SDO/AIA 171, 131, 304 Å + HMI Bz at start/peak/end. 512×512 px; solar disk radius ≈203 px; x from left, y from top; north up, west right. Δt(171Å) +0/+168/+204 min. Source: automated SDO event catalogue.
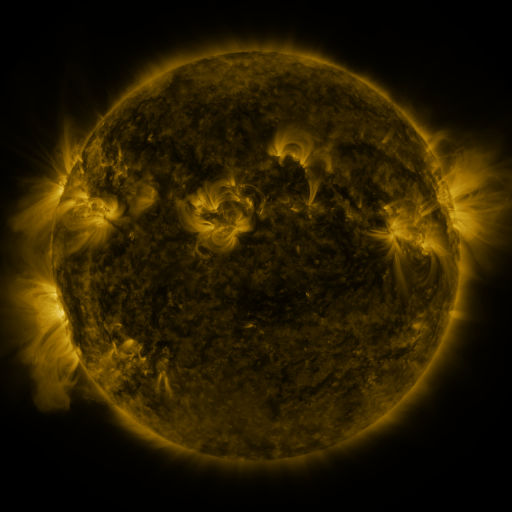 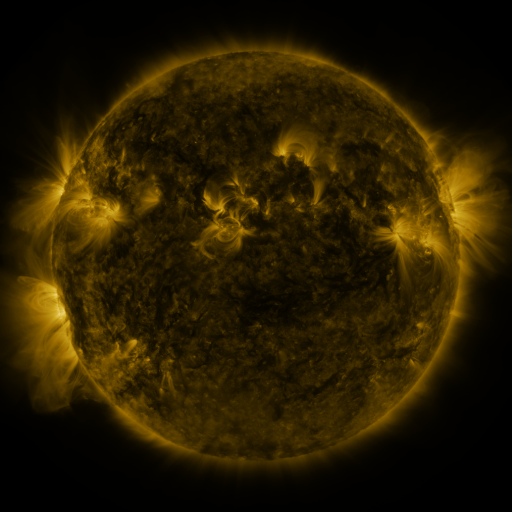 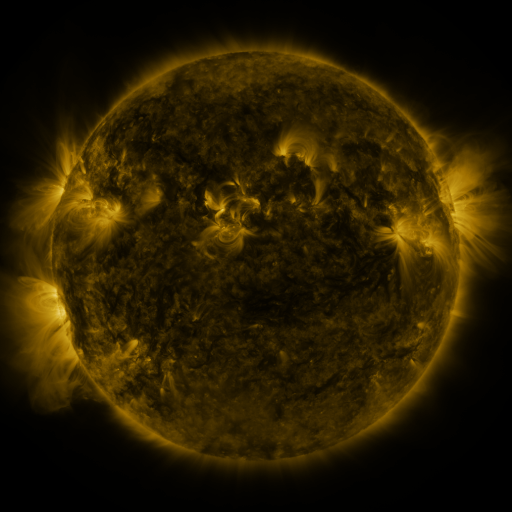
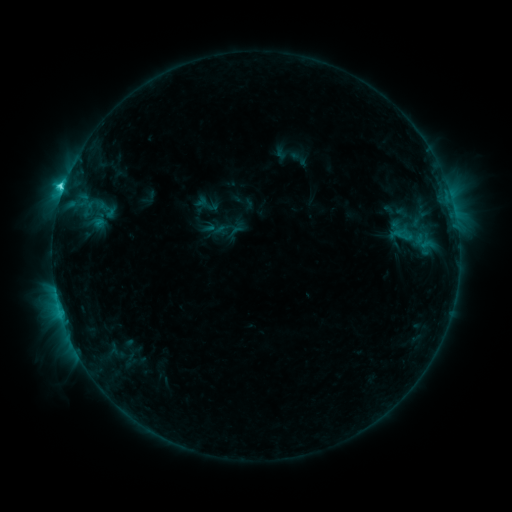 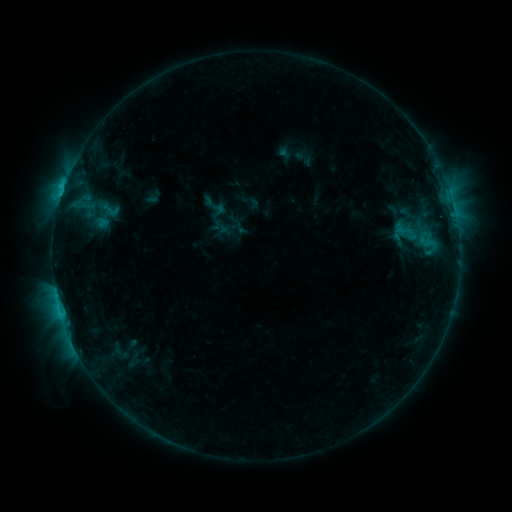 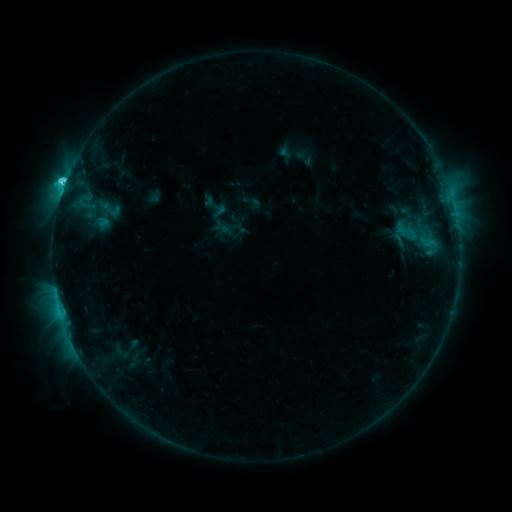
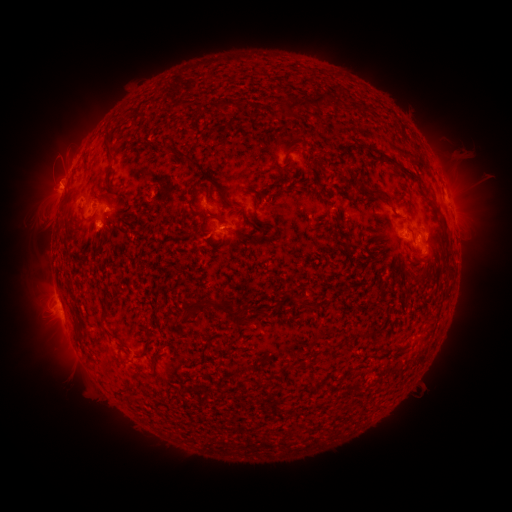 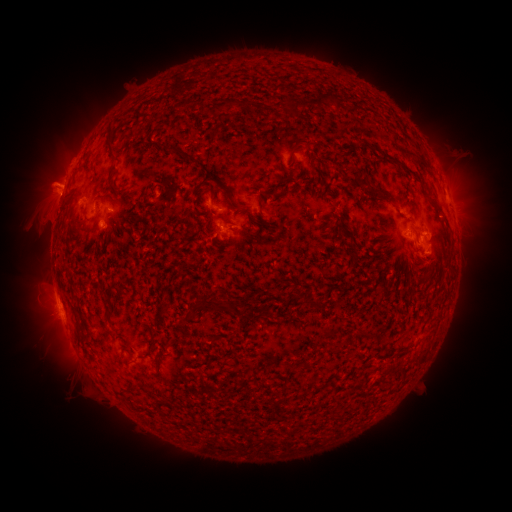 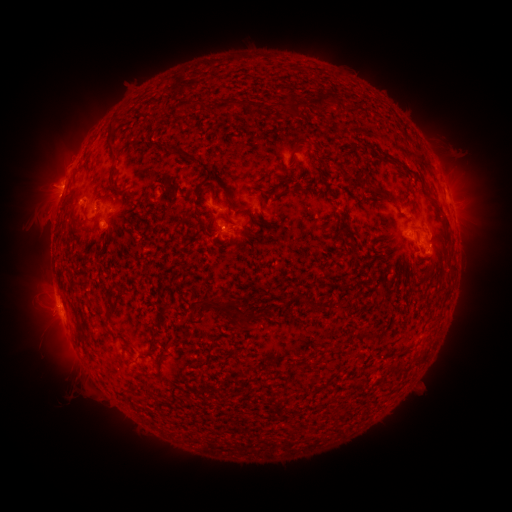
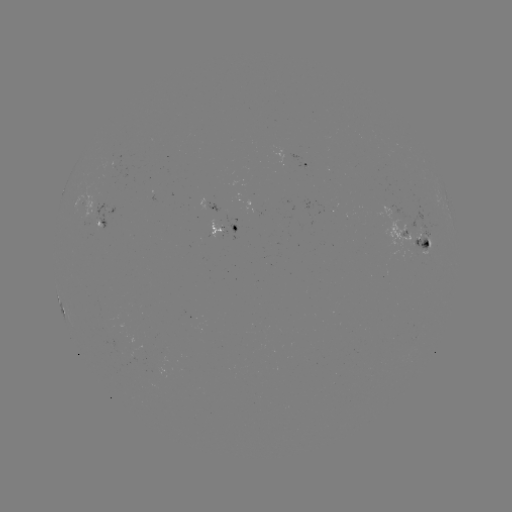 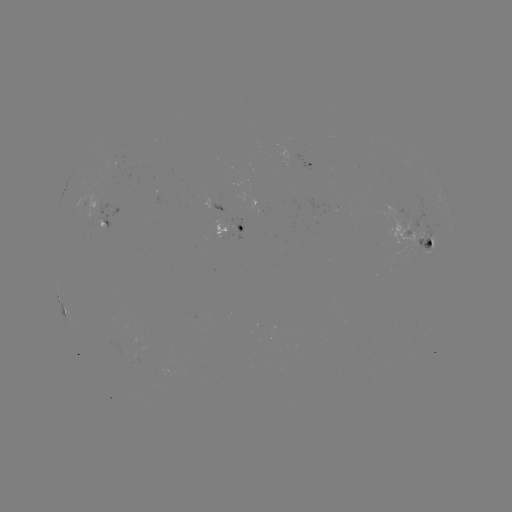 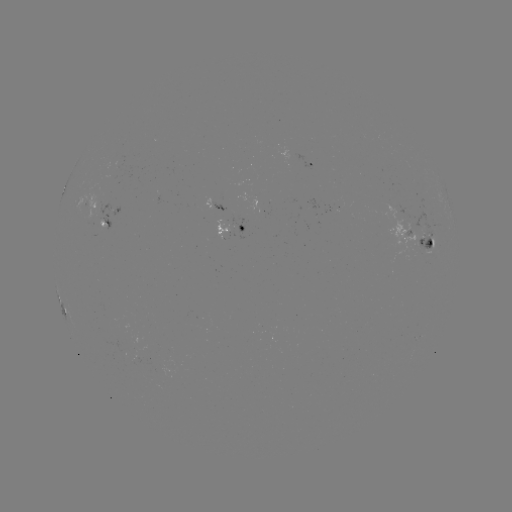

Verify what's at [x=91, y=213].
emerging-flux region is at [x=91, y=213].